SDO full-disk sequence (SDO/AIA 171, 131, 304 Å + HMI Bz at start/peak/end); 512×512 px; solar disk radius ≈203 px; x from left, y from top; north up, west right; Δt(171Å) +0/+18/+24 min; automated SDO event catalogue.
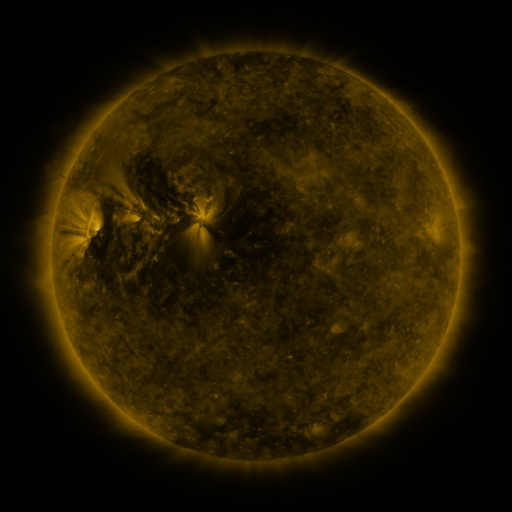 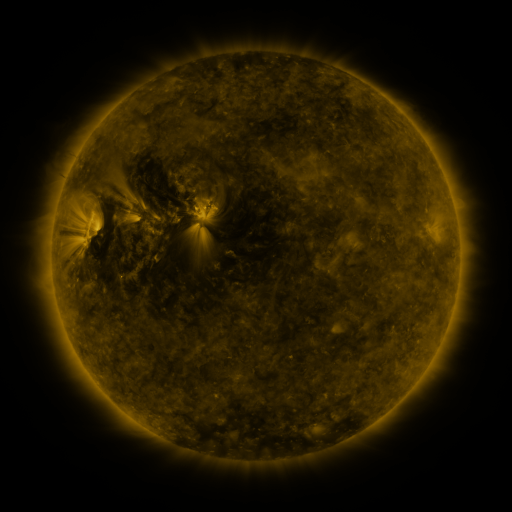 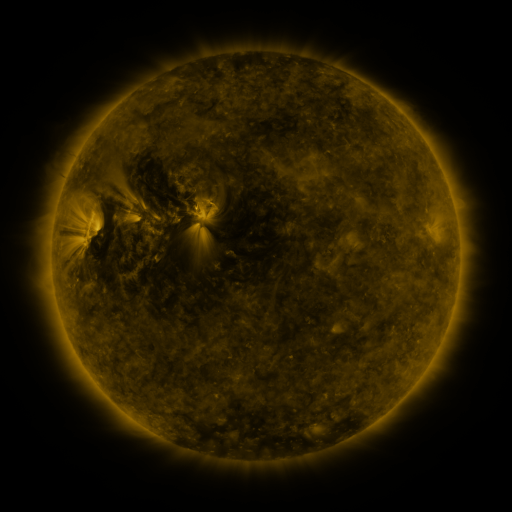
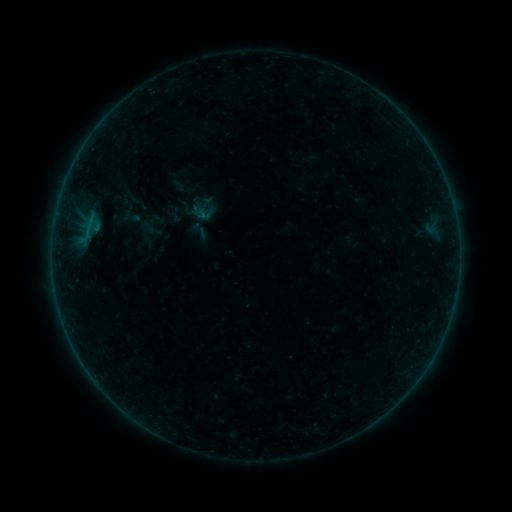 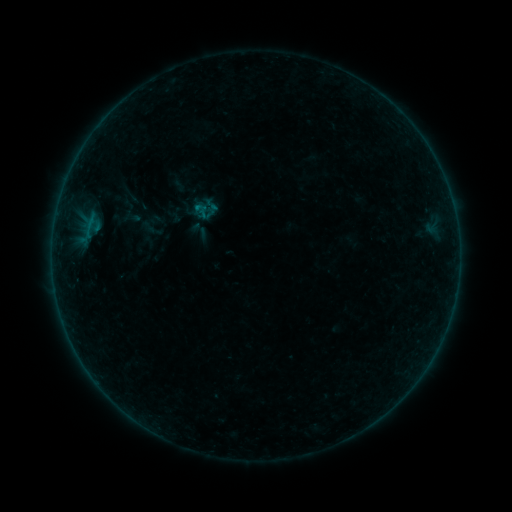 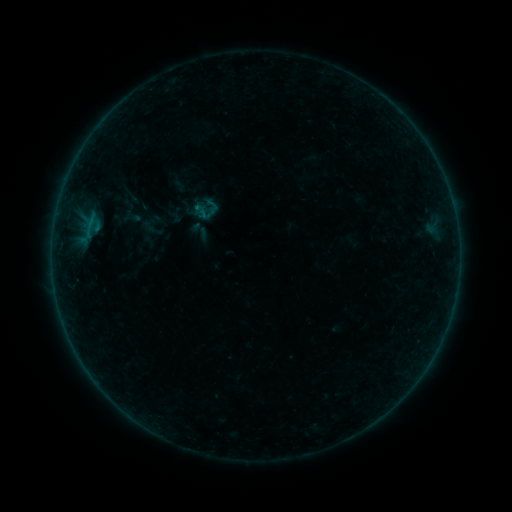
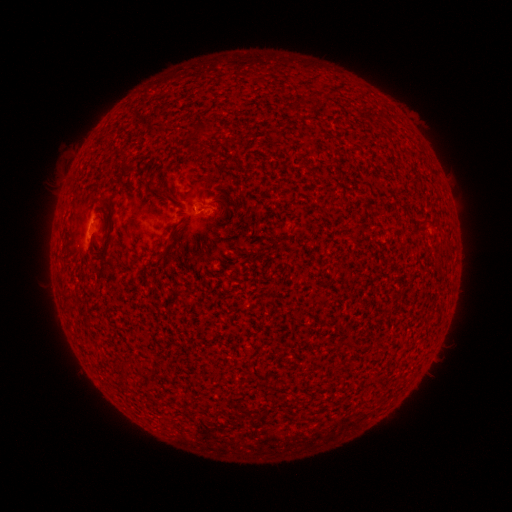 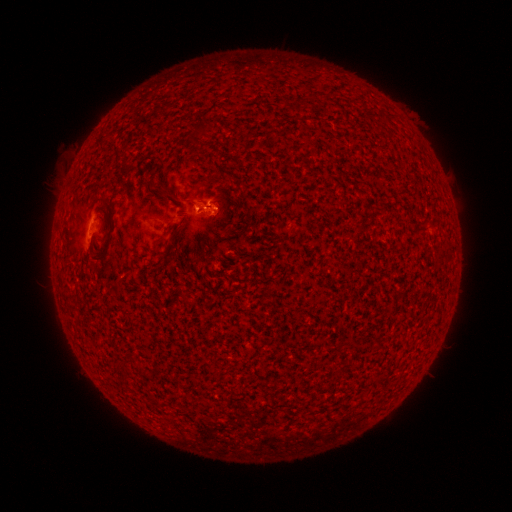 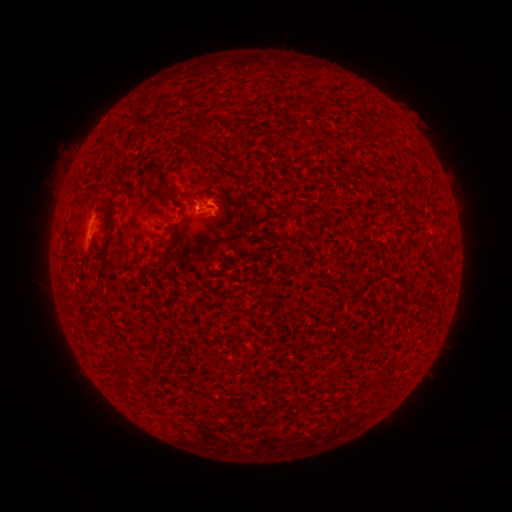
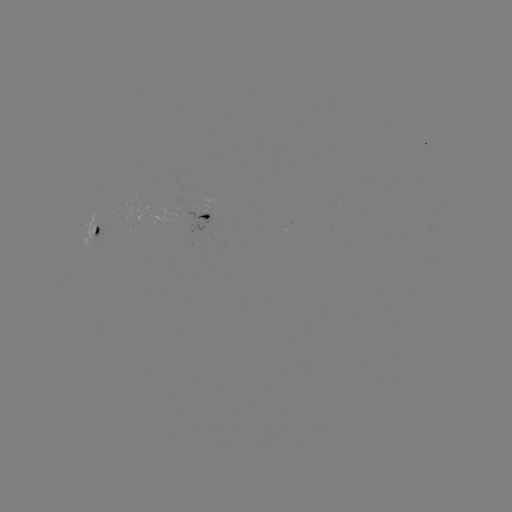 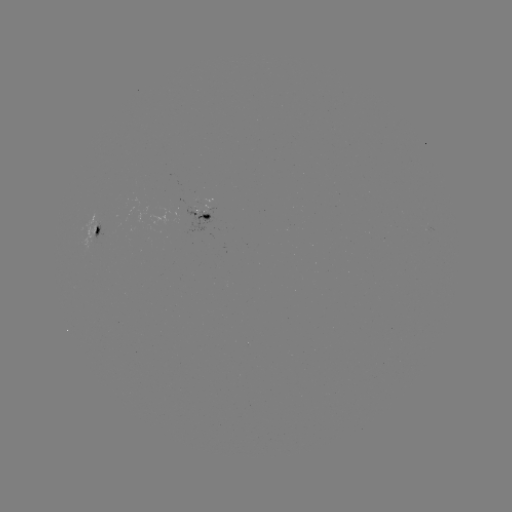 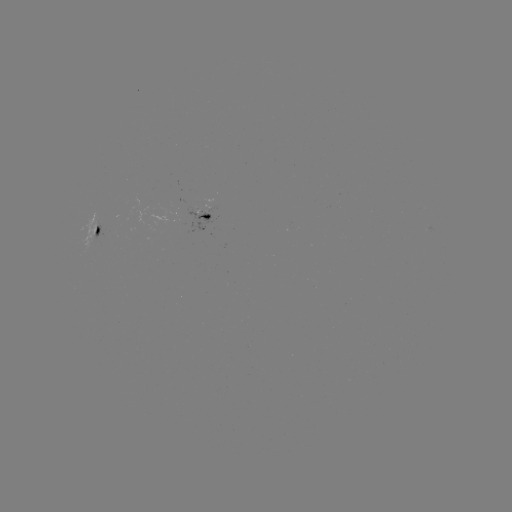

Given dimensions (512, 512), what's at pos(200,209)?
B2.4 flare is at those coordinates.